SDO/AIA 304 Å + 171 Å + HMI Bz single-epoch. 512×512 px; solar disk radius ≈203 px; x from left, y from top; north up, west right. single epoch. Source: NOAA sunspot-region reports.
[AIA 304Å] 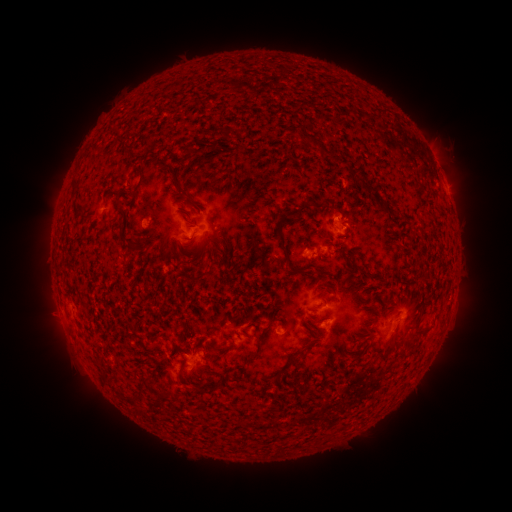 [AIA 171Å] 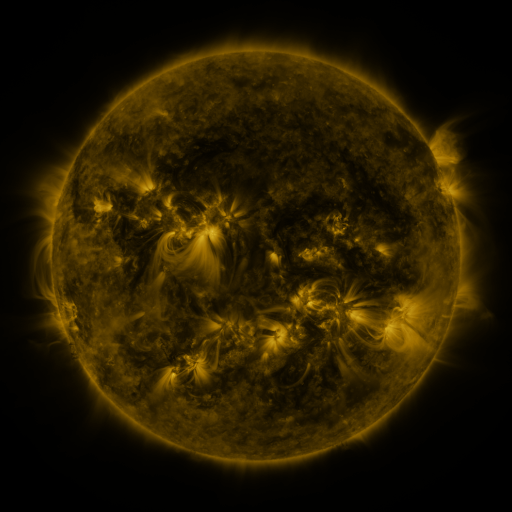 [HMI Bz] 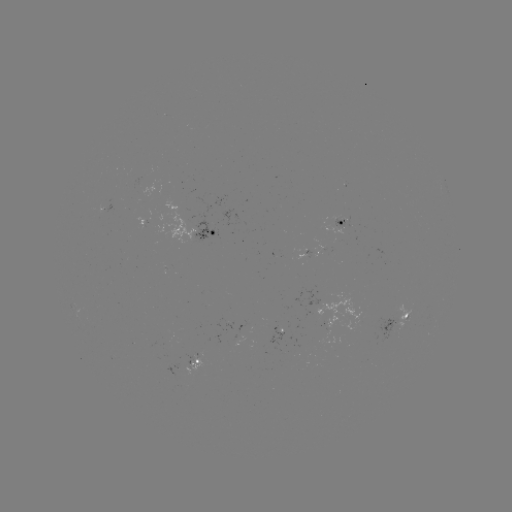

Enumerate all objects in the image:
spotted active region: (445, 184)
spotted active region: (342, 225)
spotted active region: (207, 234)
spotted active region: (397, 322)
spotted active region: (193, 363)
